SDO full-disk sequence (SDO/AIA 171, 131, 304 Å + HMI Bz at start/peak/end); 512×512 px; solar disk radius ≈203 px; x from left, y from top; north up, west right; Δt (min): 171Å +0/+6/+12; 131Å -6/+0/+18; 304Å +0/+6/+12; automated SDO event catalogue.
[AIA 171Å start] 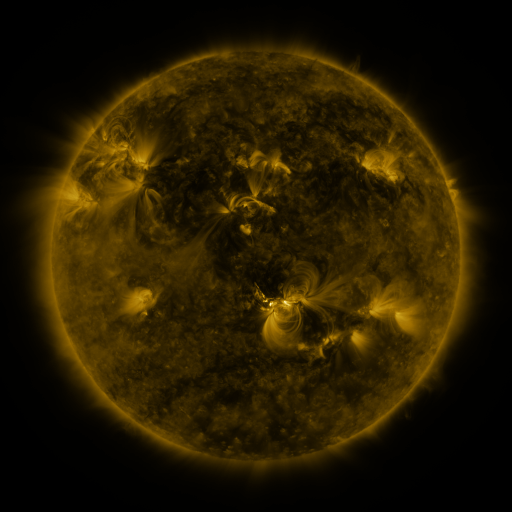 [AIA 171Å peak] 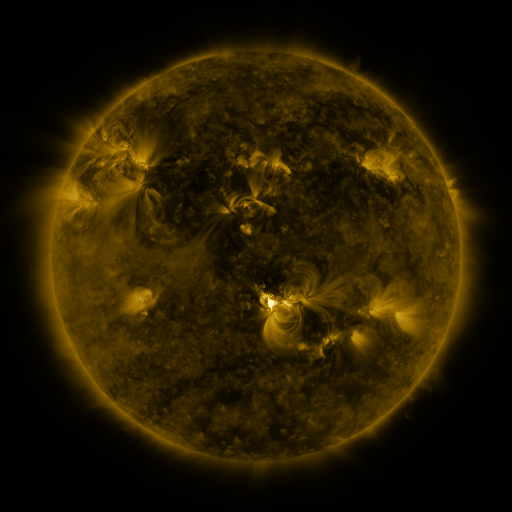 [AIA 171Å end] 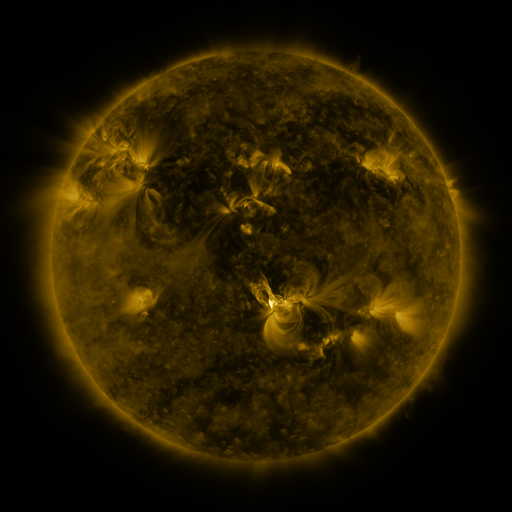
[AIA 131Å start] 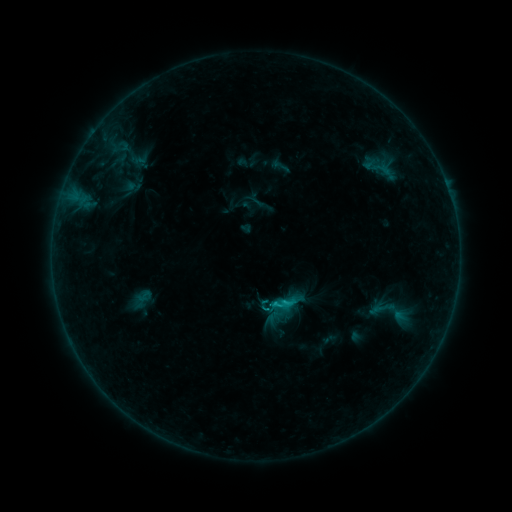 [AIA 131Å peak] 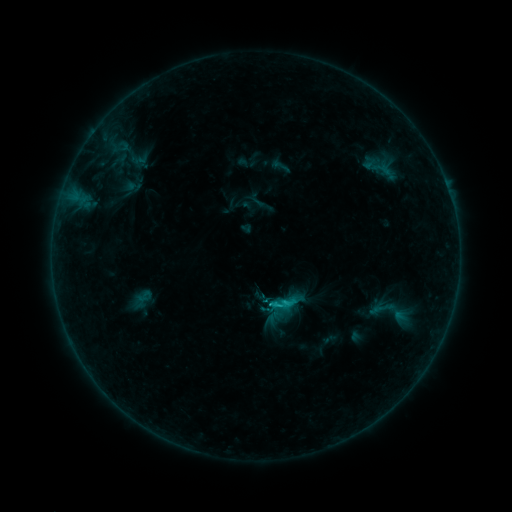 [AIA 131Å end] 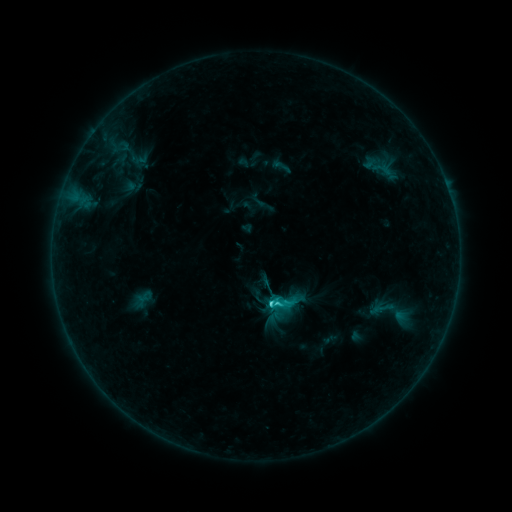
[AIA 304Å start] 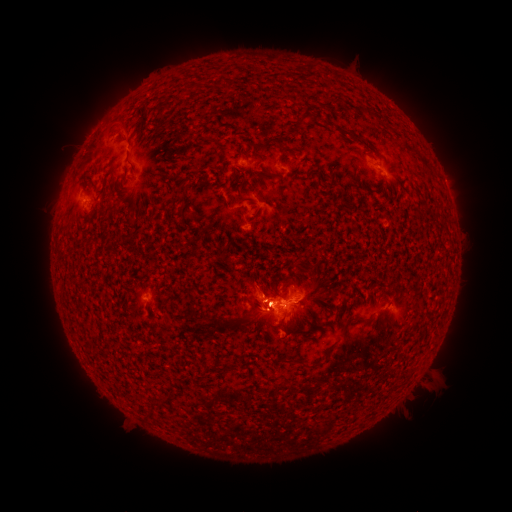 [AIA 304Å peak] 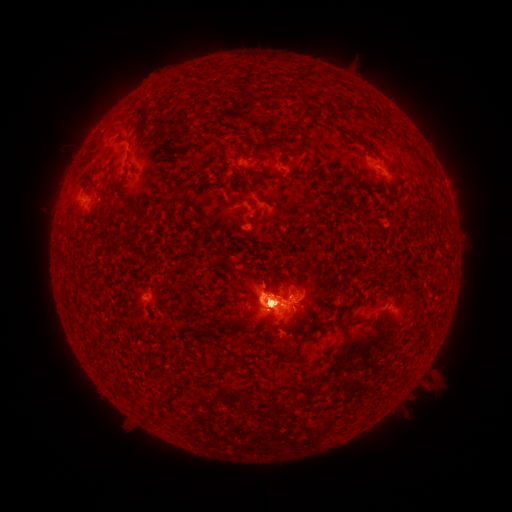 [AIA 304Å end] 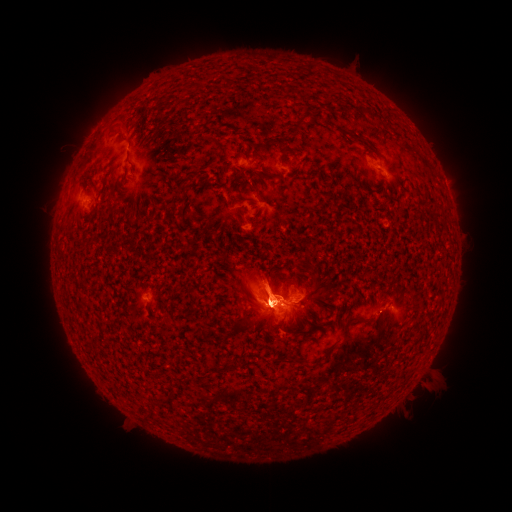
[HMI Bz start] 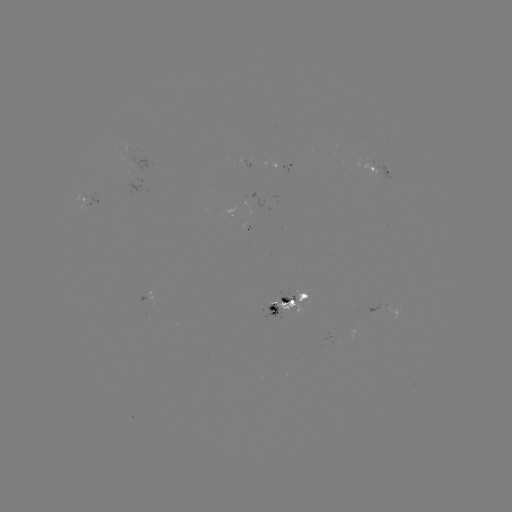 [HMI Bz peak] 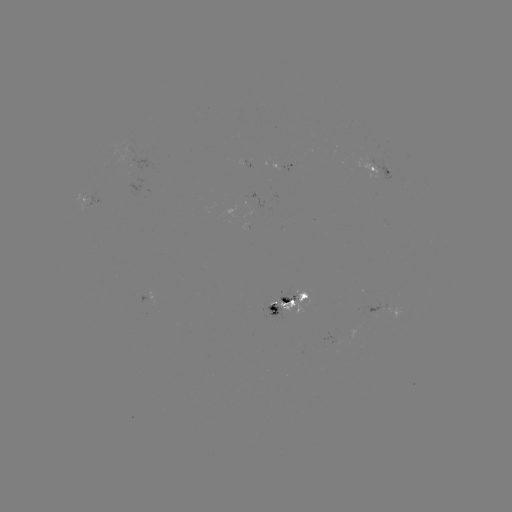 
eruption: [36, 267, 151, 438]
